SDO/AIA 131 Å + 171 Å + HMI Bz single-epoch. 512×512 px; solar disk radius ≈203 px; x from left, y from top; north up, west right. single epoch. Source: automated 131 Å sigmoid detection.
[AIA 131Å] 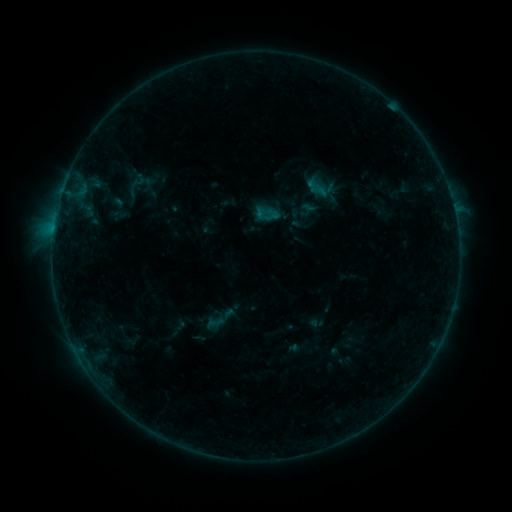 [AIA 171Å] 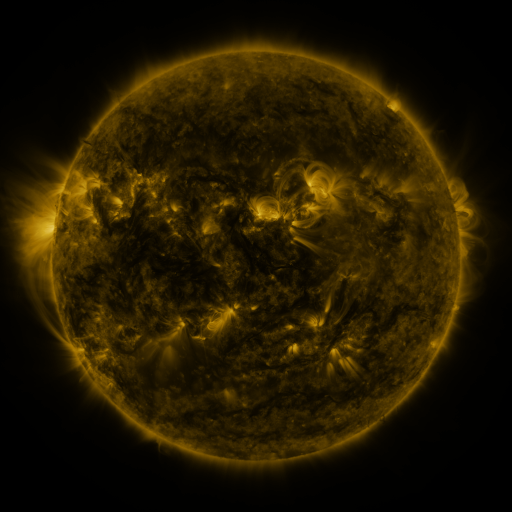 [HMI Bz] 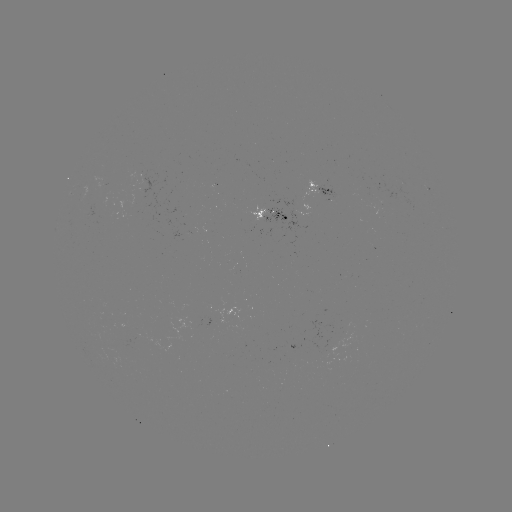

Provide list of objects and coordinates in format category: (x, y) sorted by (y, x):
sigmoid: (136, 184)
sigmoid: (264, 215)
